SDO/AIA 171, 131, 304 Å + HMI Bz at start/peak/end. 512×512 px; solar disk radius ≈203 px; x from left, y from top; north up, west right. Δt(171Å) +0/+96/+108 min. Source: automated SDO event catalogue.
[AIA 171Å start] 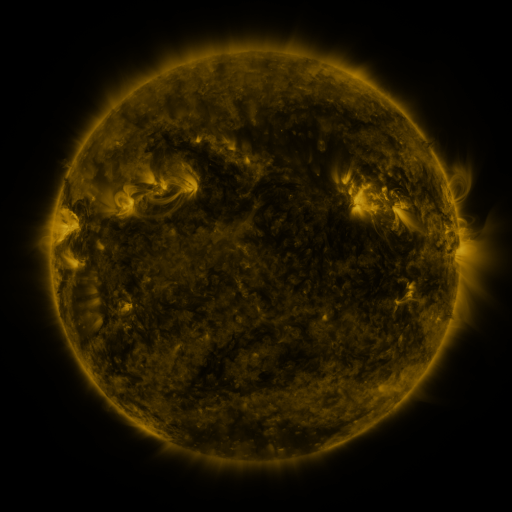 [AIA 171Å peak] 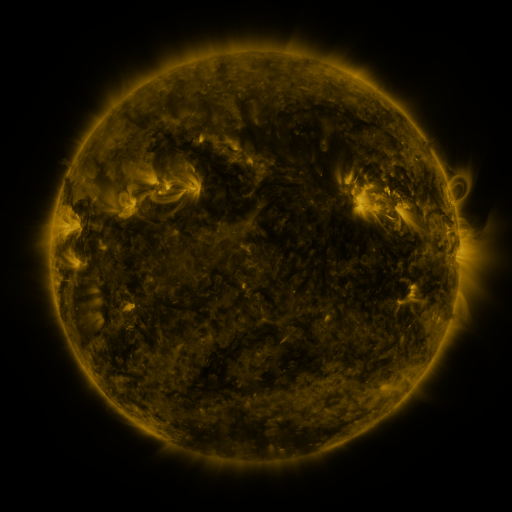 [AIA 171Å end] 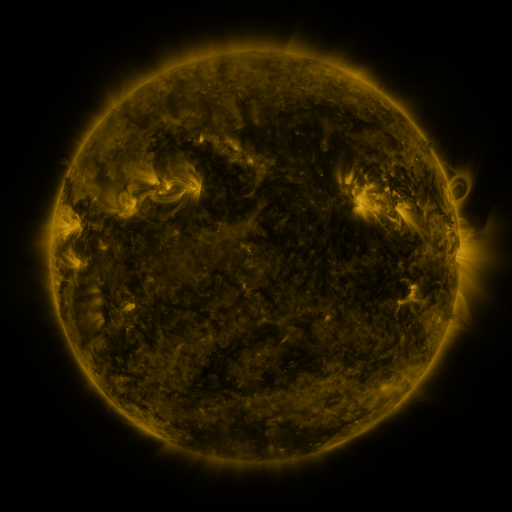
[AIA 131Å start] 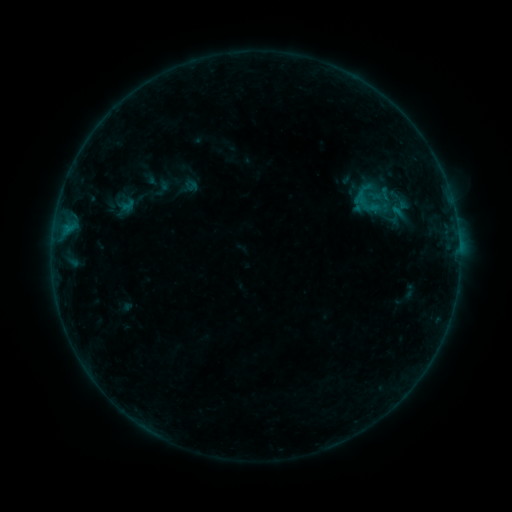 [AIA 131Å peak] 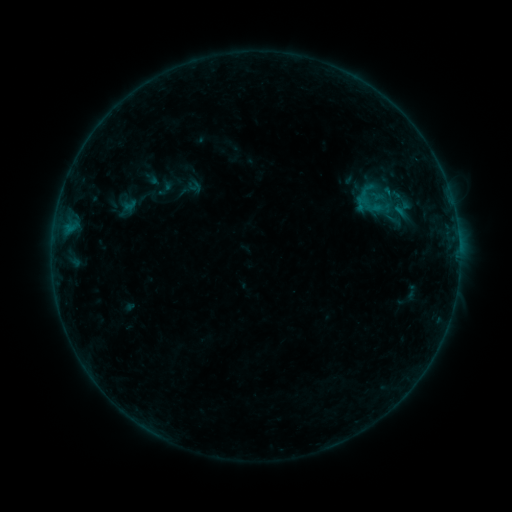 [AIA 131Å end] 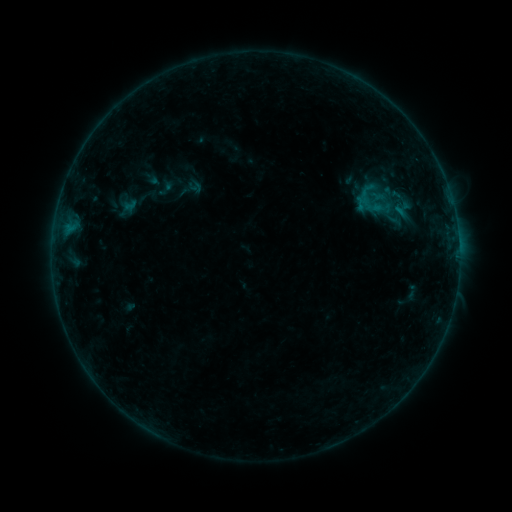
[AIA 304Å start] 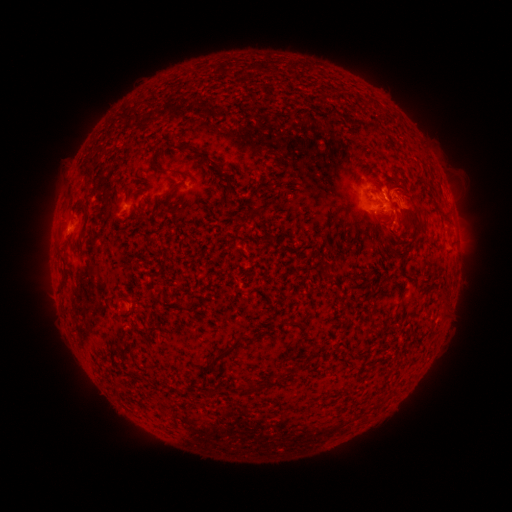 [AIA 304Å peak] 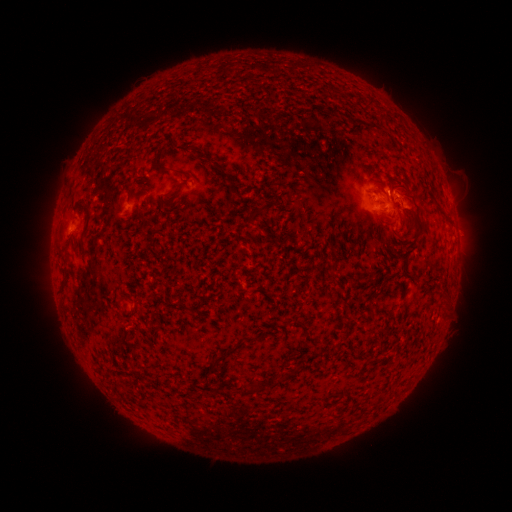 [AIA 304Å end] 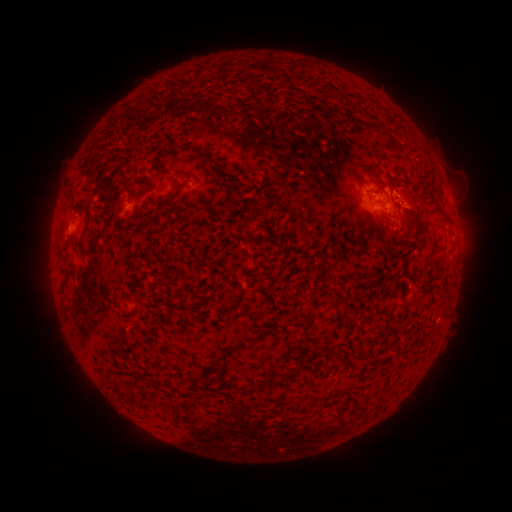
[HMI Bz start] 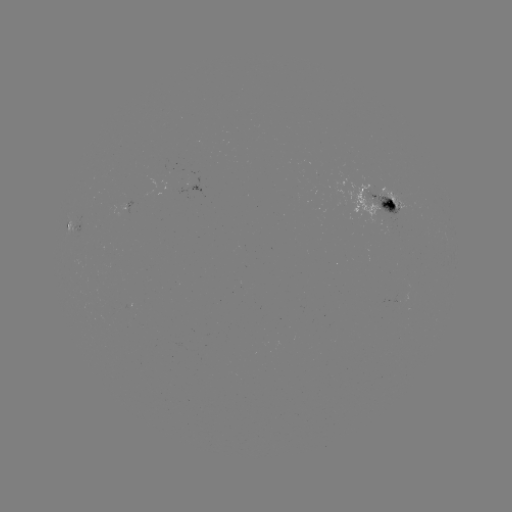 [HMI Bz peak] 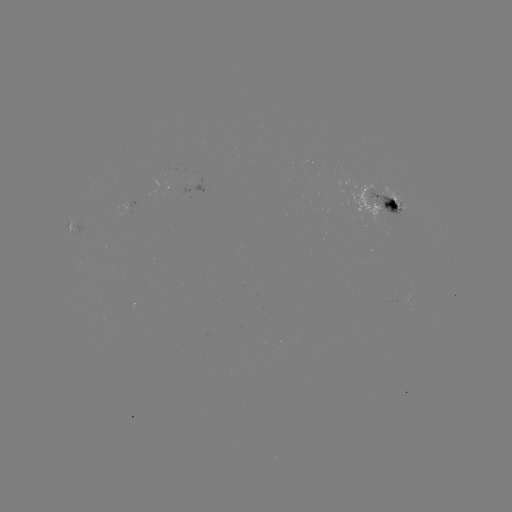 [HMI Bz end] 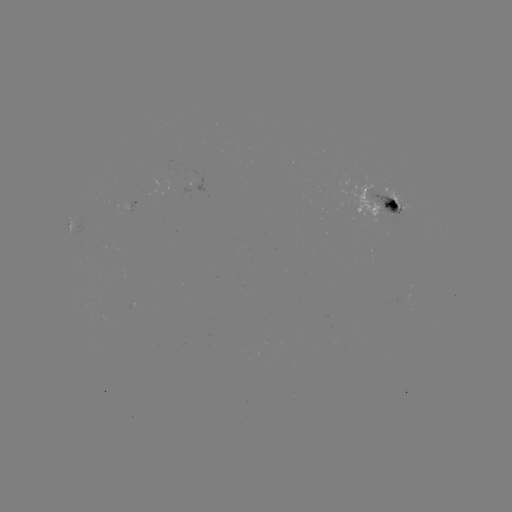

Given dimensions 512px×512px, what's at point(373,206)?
emerging-flux region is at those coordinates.